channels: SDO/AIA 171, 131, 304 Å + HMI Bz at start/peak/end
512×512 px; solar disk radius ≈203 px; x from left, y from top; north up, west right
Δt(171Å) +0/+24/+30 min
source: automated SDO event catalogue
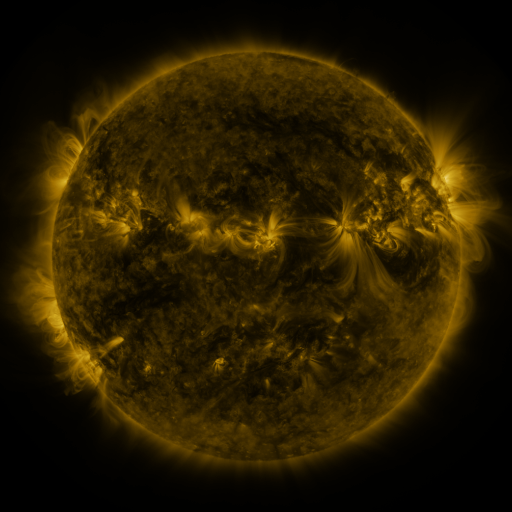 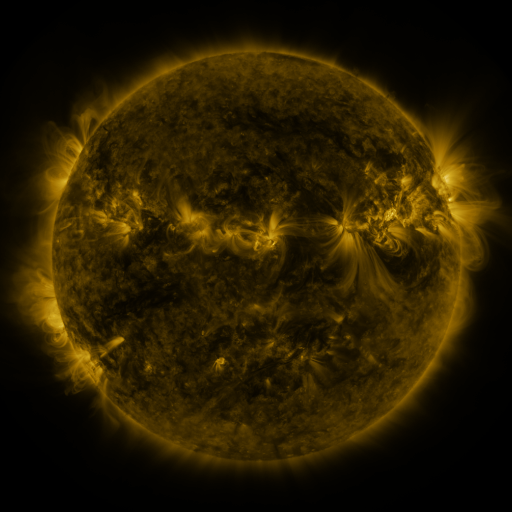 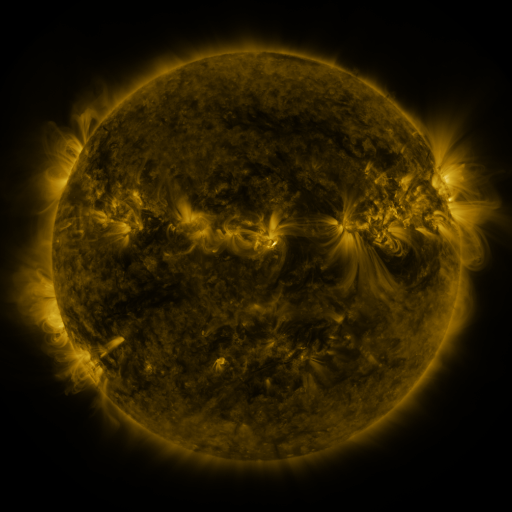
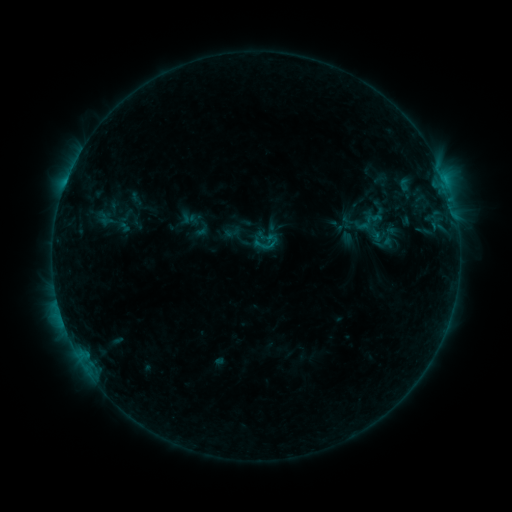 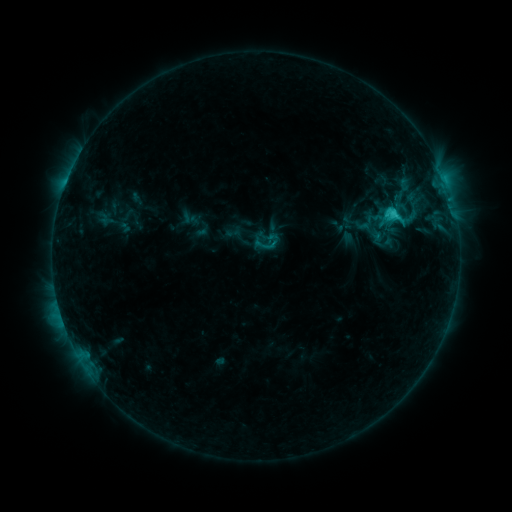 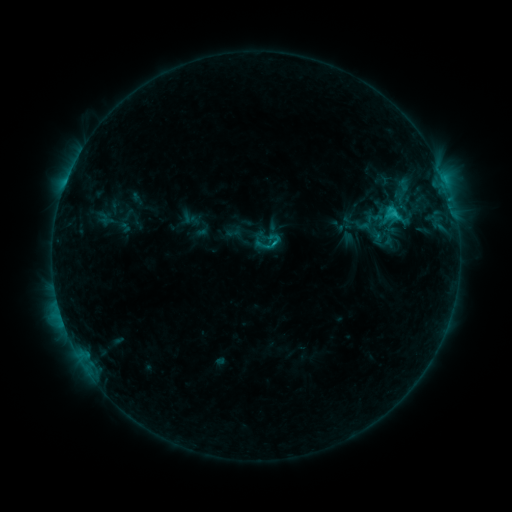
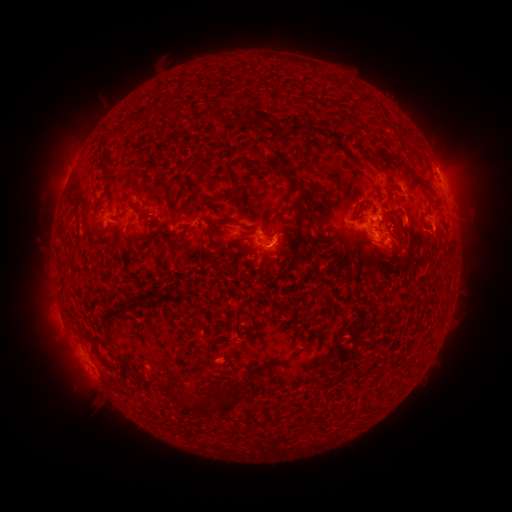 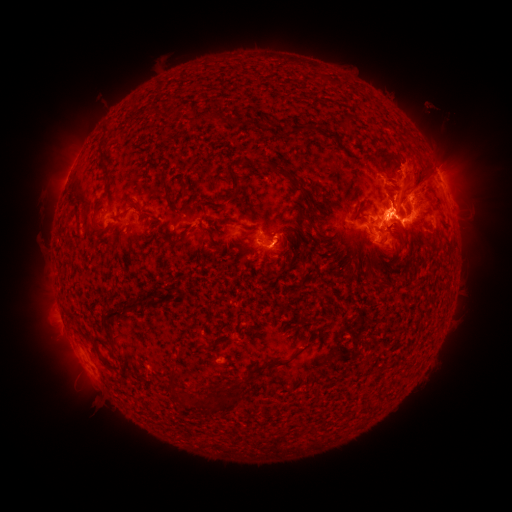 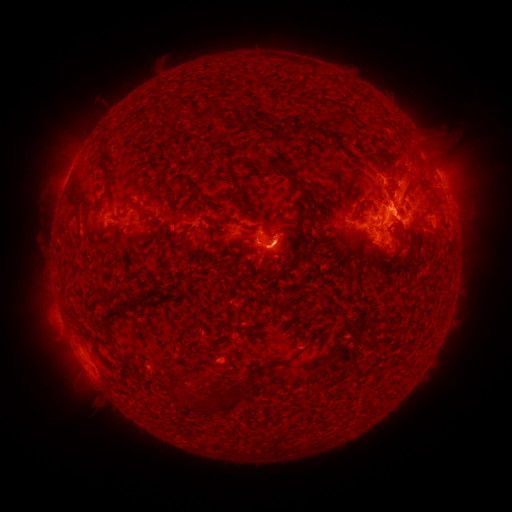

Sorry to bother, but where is C2.8 flare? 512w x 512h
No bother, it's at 394,216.